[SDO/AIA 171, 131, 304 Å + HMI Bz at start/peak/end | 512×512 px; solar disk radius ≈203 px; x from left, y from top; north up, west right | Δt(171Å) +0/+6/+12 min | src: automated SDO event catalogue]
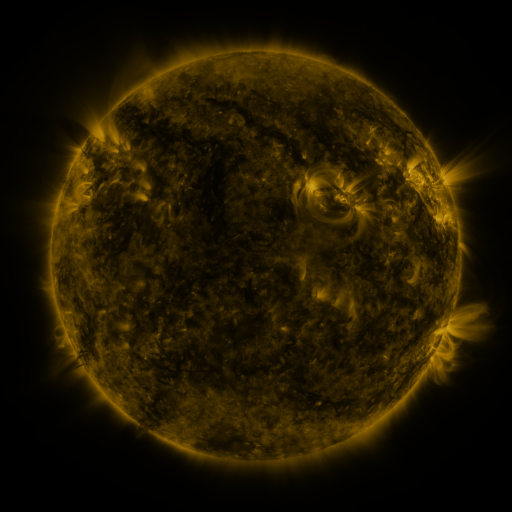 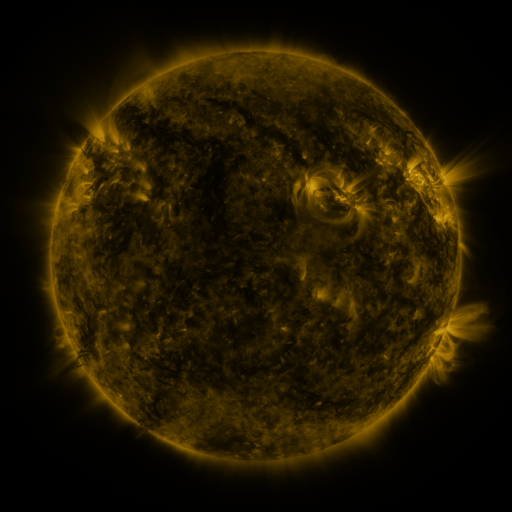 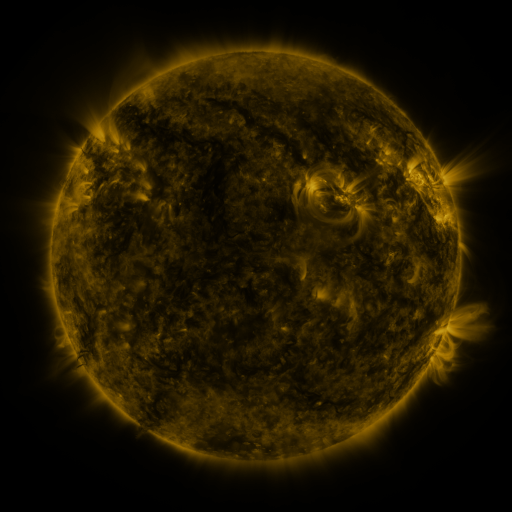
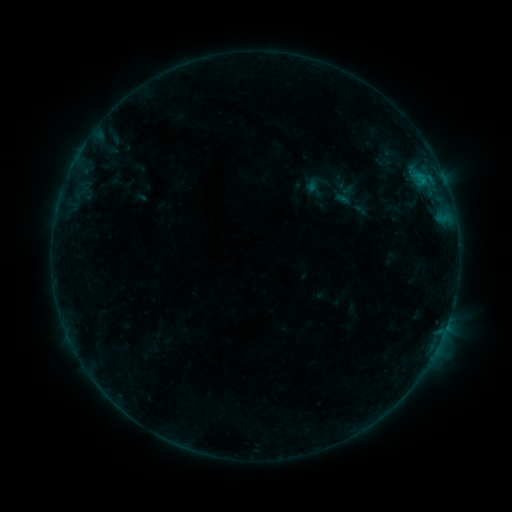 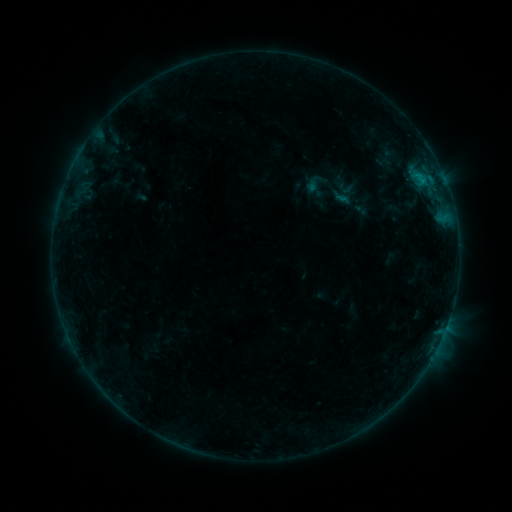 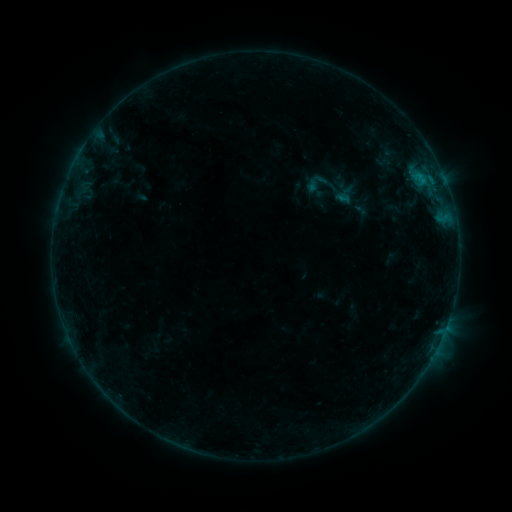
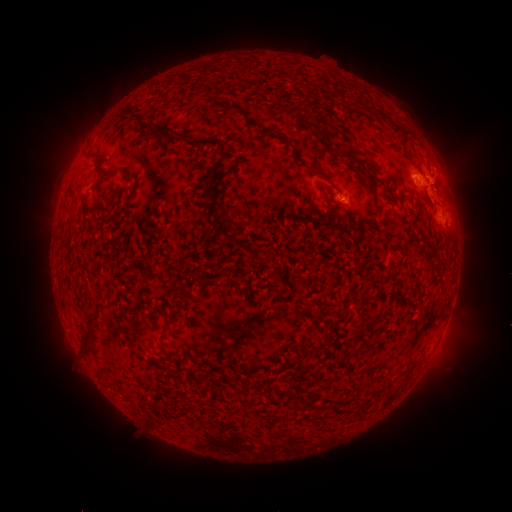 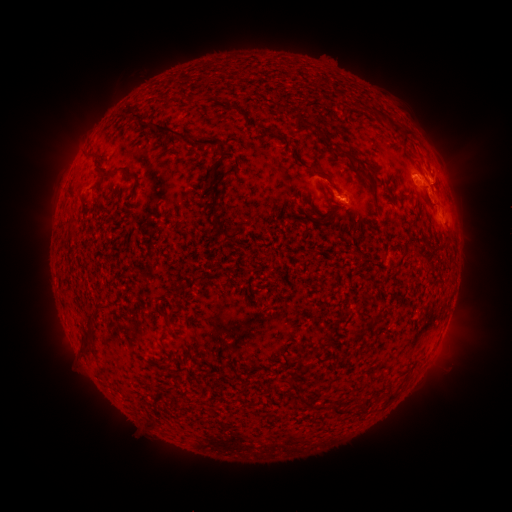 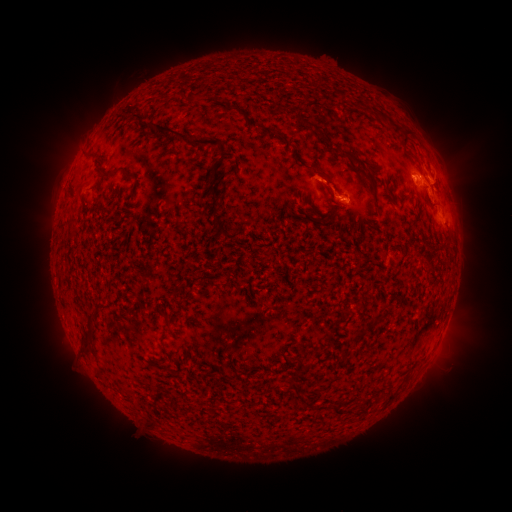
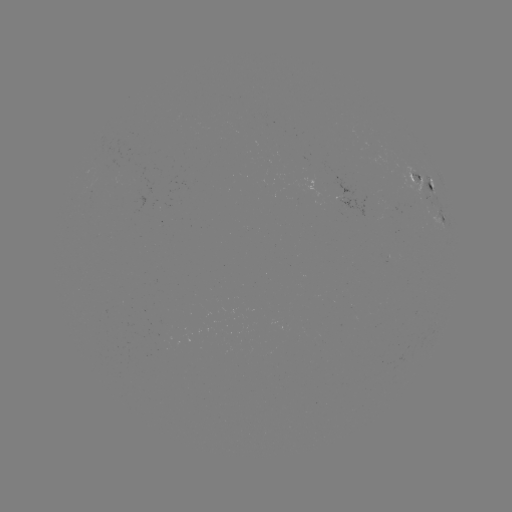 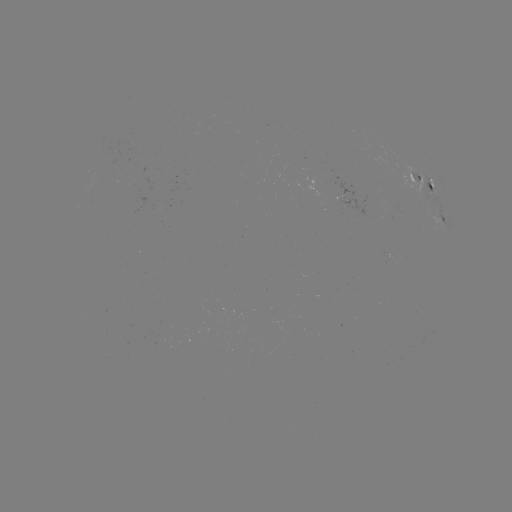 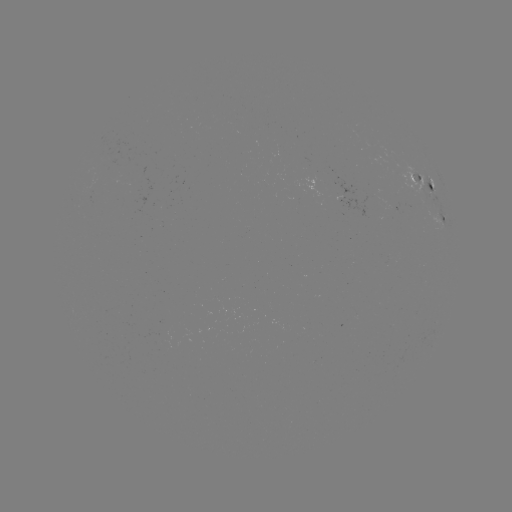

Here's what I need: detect eruption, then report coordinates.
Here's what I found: eruption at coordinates (332, 185).